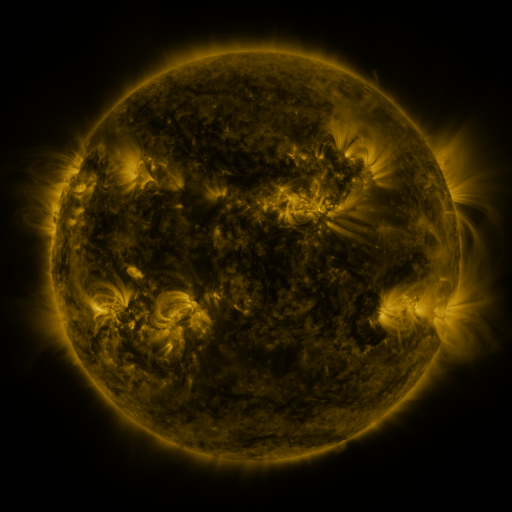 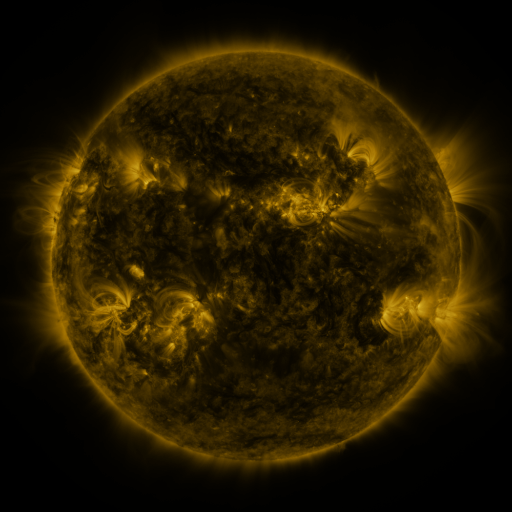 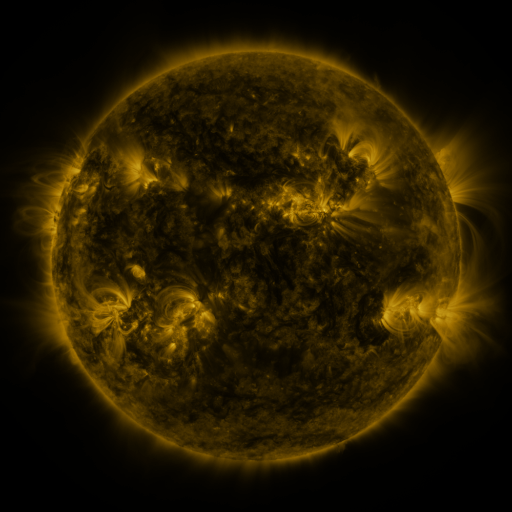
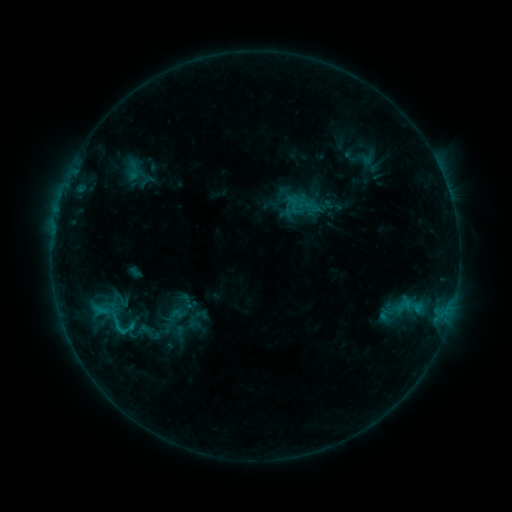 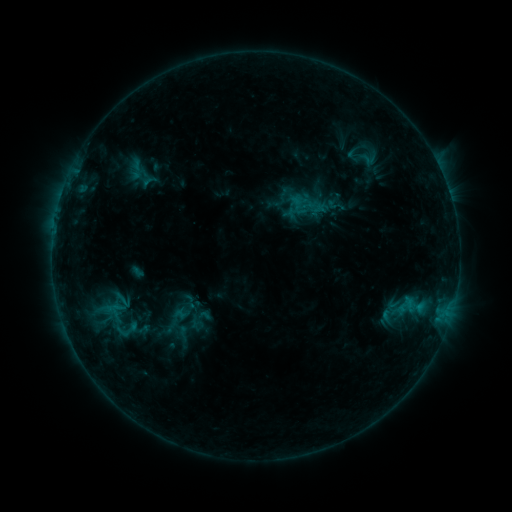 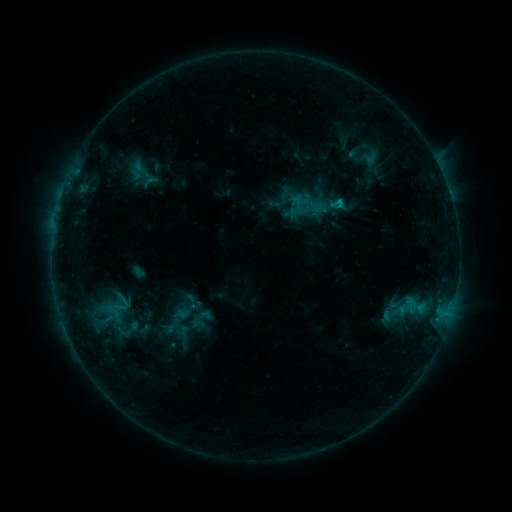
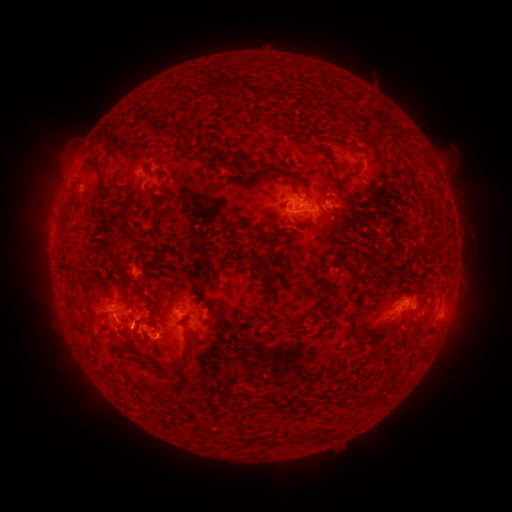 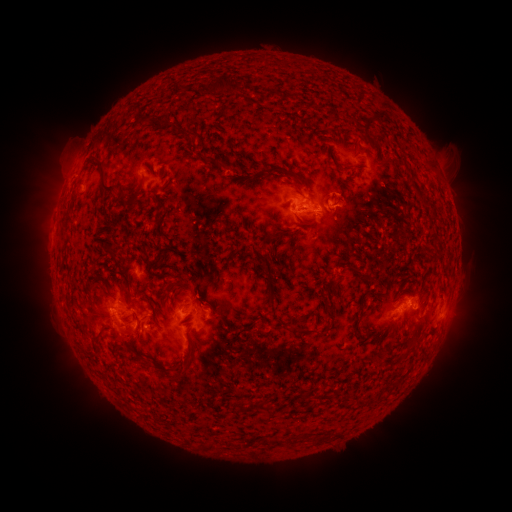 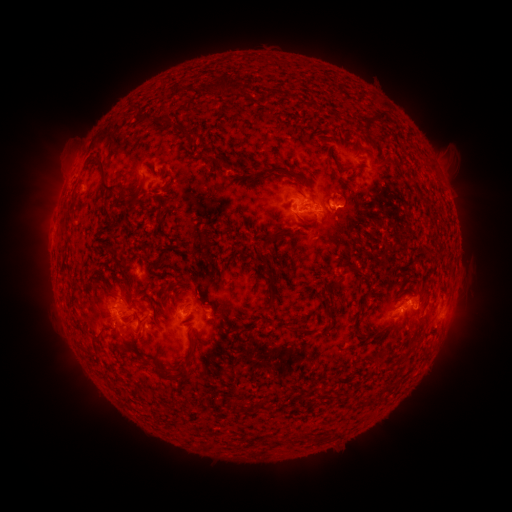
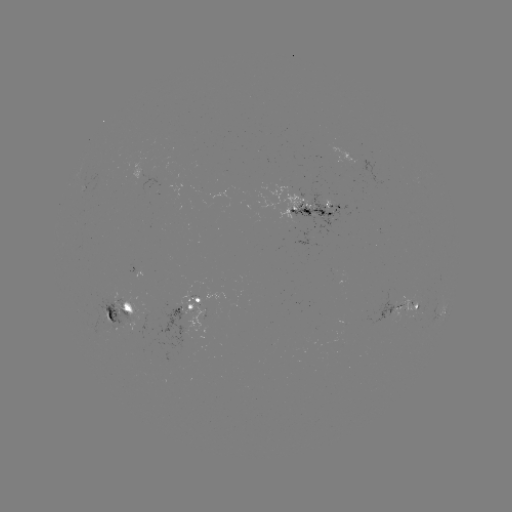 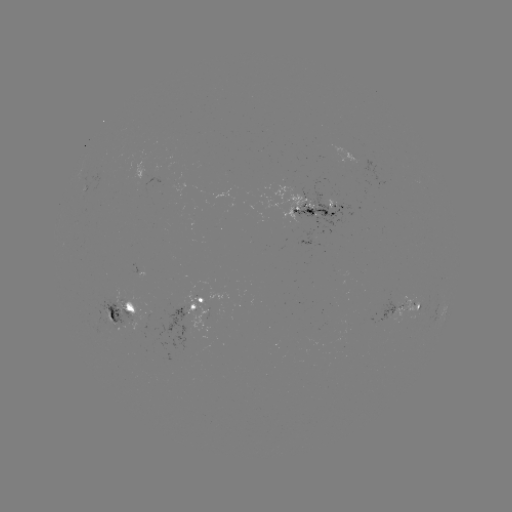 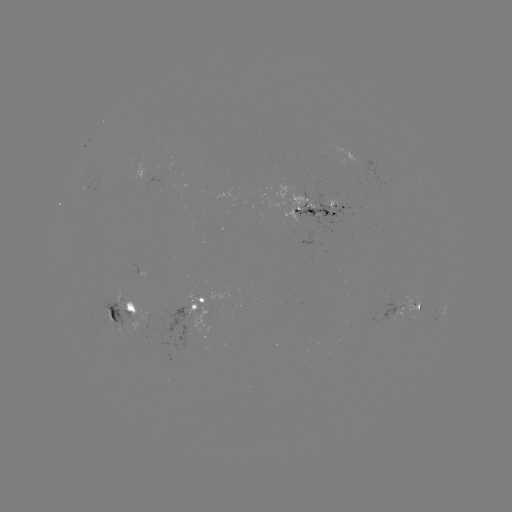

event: emerging-flux region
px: (411, 306)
